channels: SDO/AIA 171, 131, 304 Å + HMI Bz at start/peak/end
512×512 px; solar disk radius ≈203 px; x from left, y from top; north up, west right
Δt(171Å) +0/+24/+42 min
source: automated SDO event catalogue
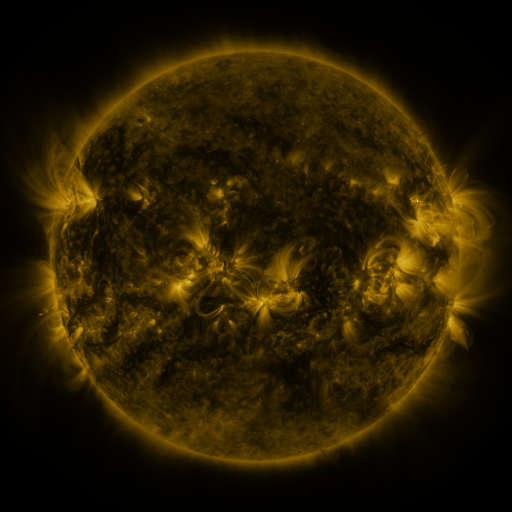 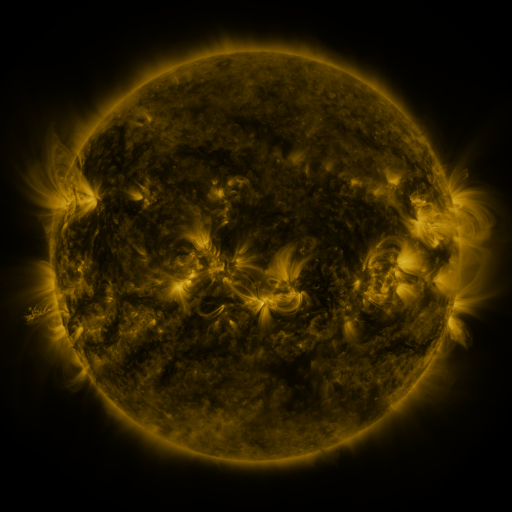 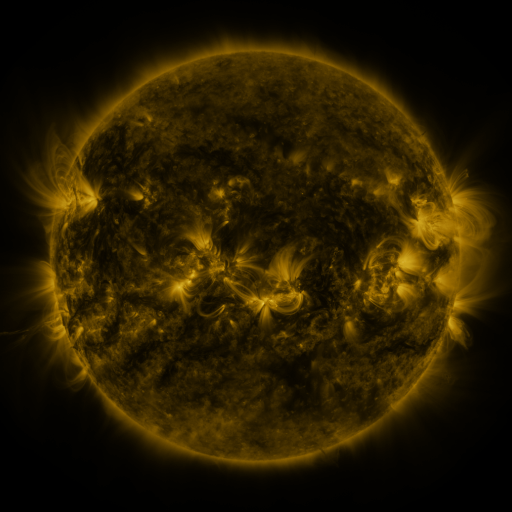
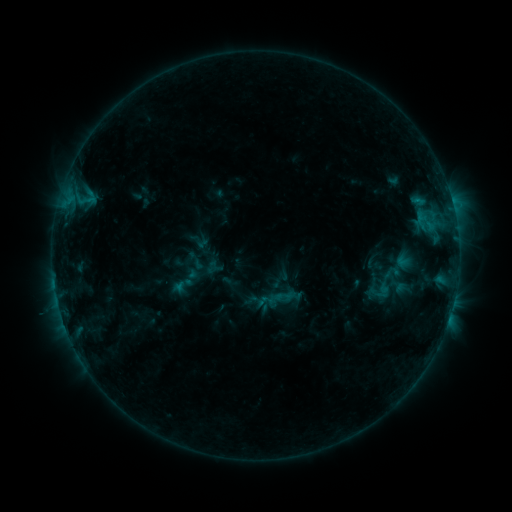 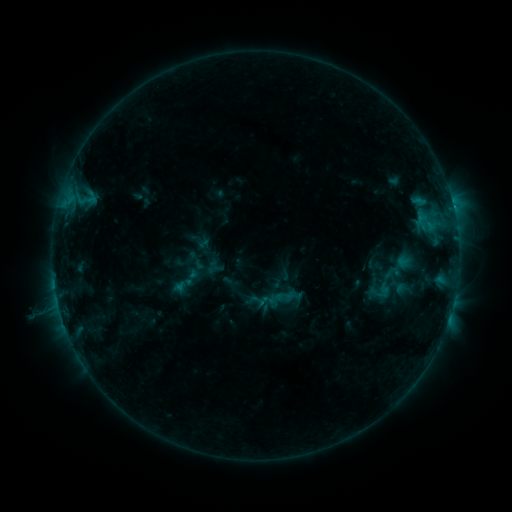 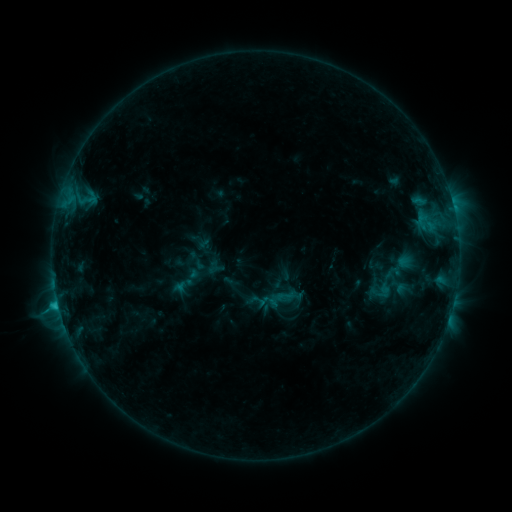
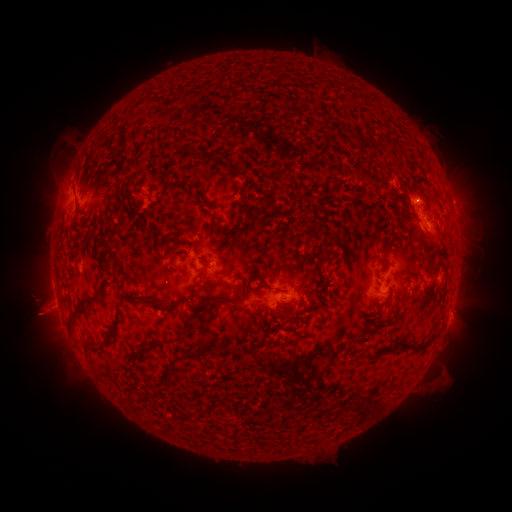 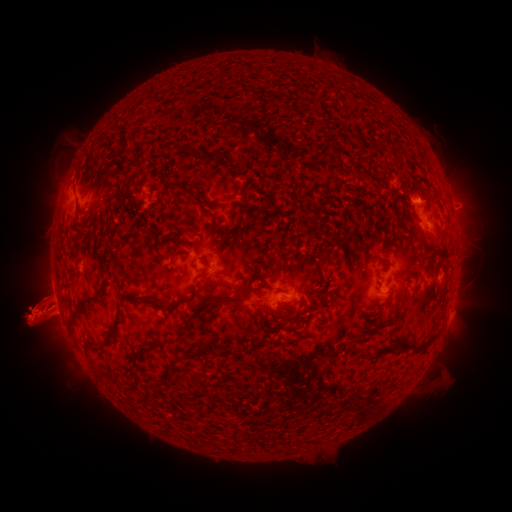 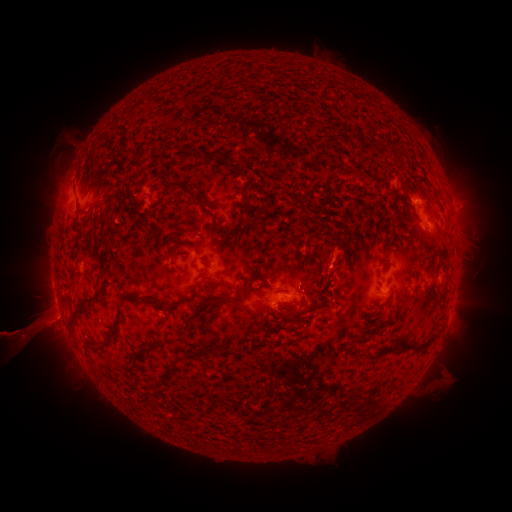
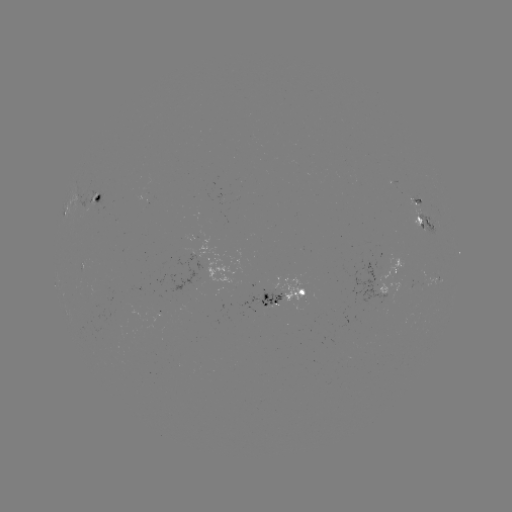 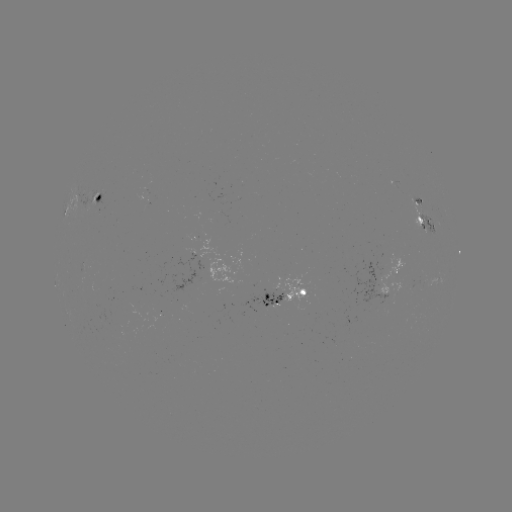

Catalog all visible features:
eruption: (39, 315)
